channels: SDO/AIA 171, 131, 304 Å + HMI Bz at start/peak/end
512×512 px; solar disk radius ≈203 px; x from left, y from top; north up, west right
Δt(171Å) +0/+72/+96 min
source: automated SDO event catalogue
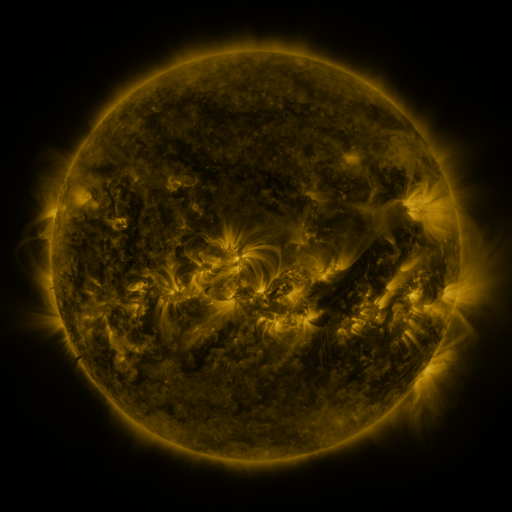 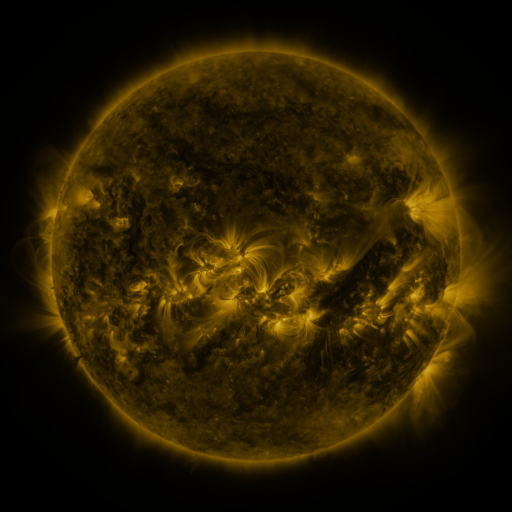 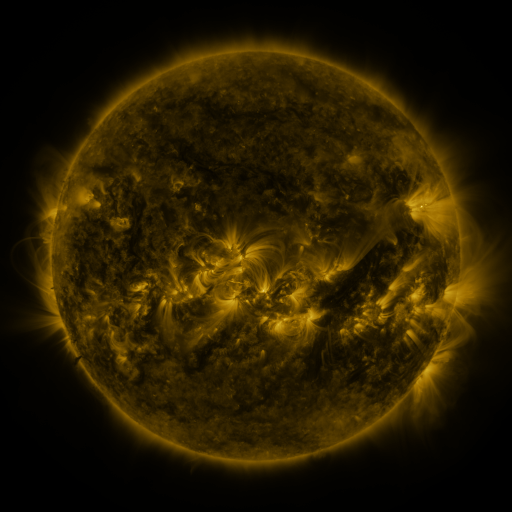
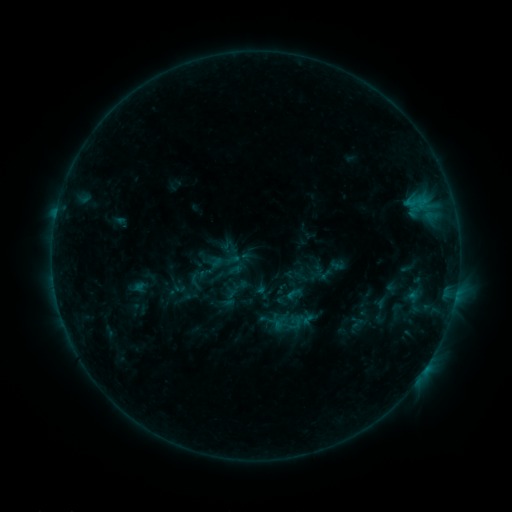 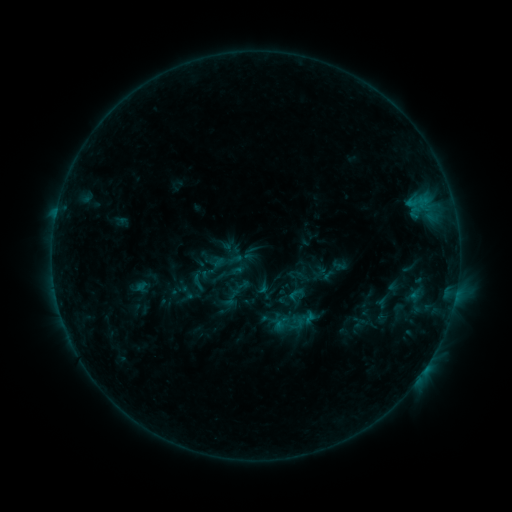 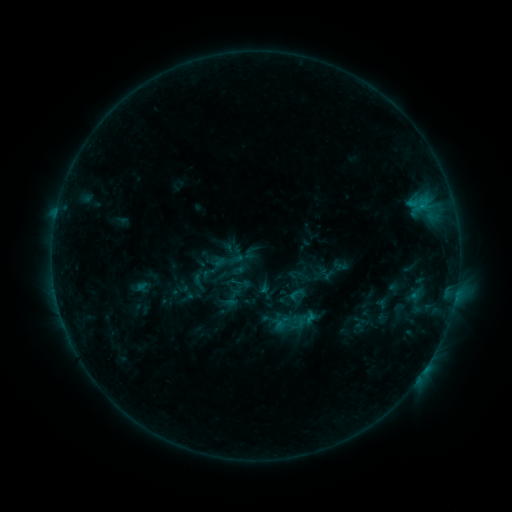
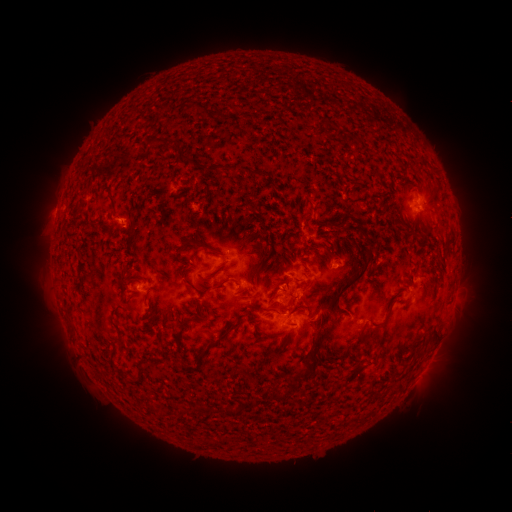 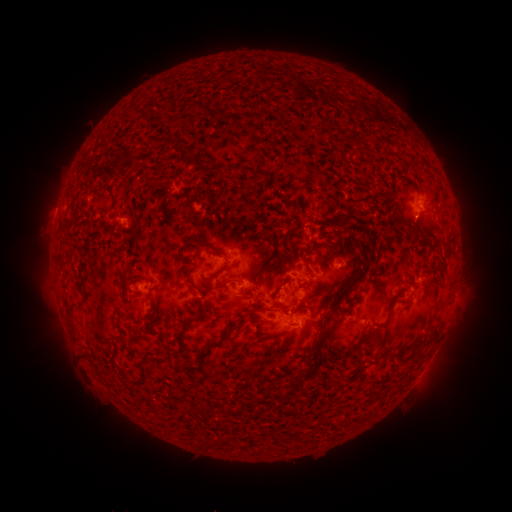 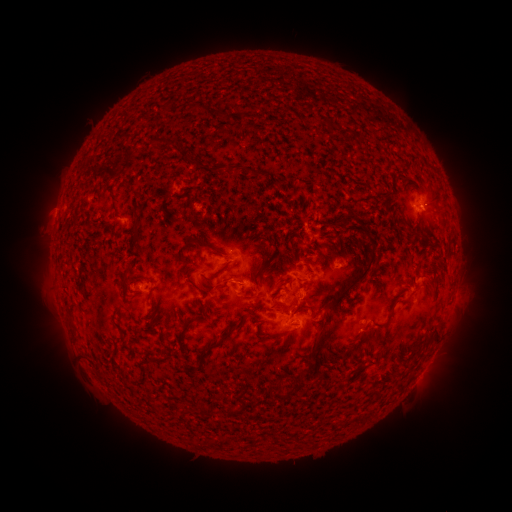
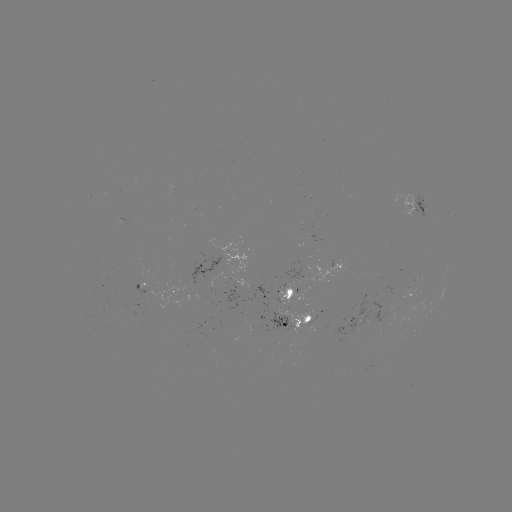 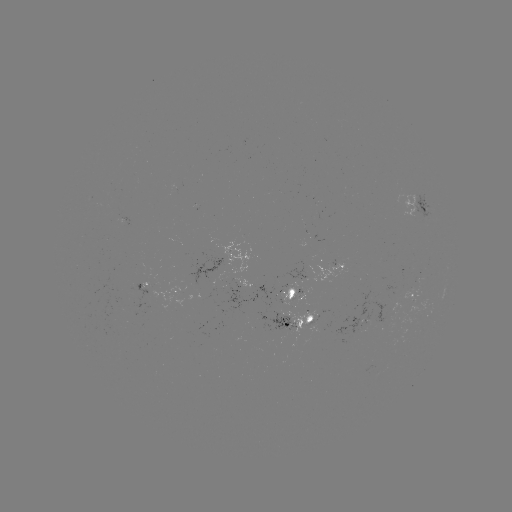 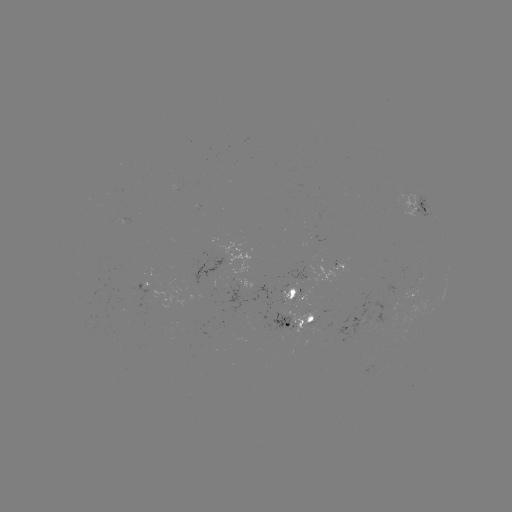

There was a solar emerging-flux region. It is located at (280, 317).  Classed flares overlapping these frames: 1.